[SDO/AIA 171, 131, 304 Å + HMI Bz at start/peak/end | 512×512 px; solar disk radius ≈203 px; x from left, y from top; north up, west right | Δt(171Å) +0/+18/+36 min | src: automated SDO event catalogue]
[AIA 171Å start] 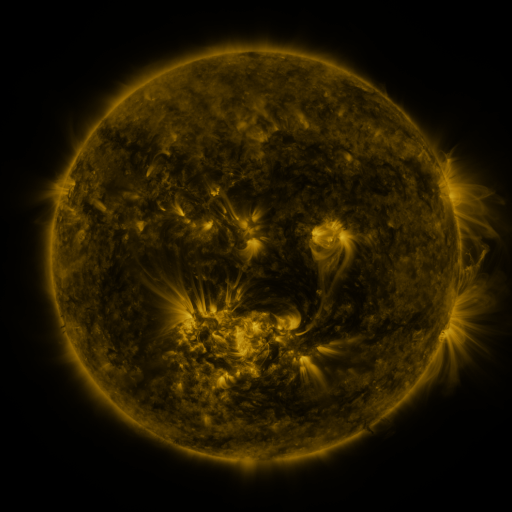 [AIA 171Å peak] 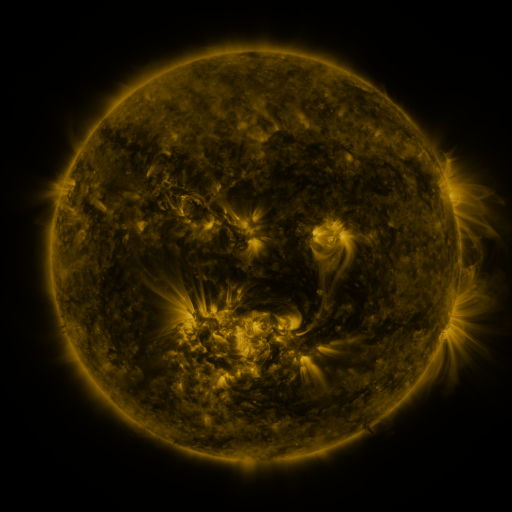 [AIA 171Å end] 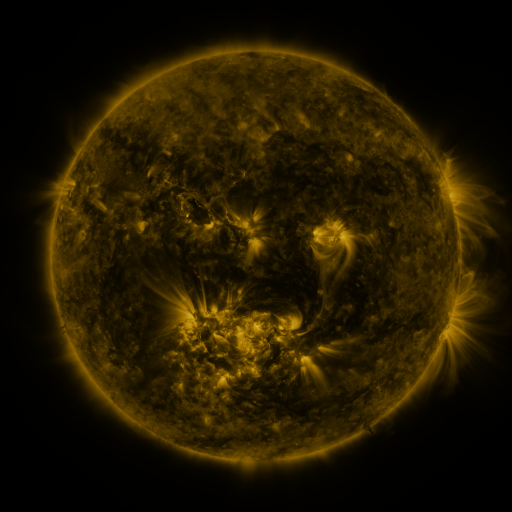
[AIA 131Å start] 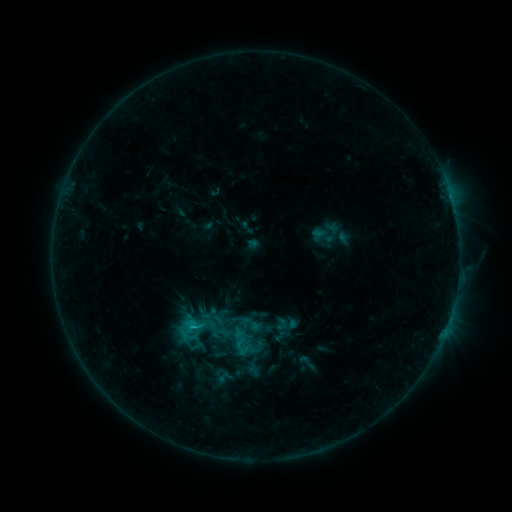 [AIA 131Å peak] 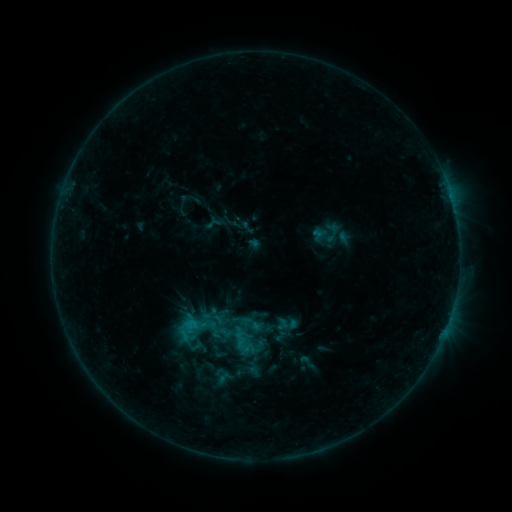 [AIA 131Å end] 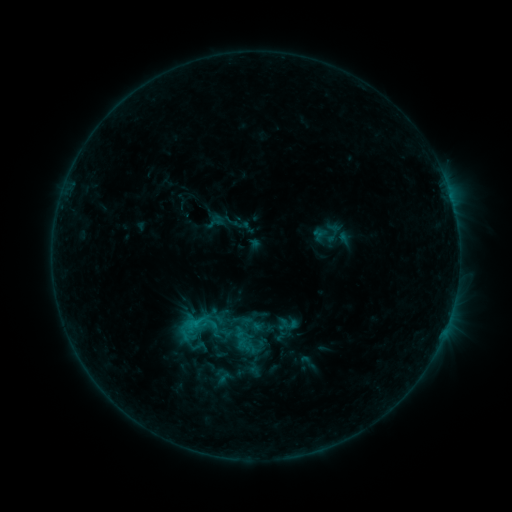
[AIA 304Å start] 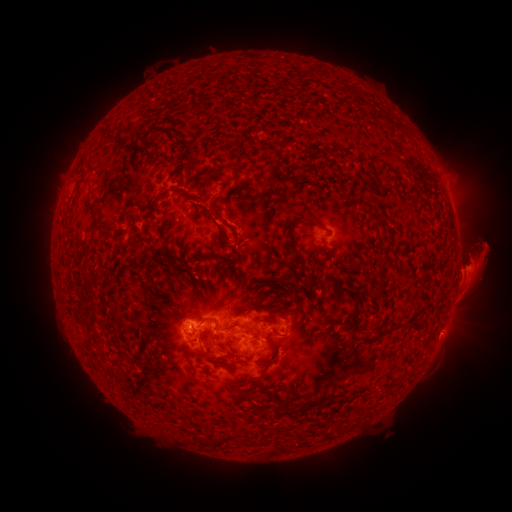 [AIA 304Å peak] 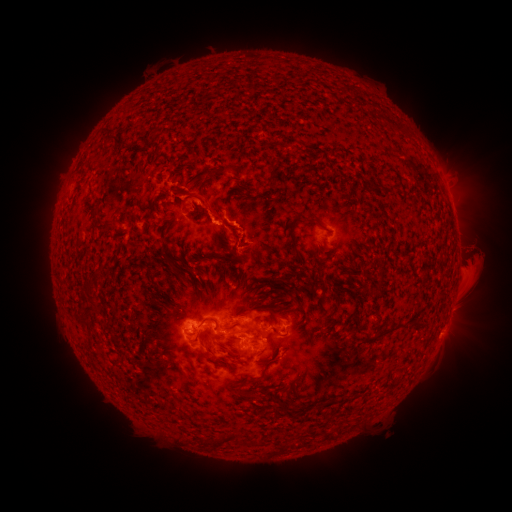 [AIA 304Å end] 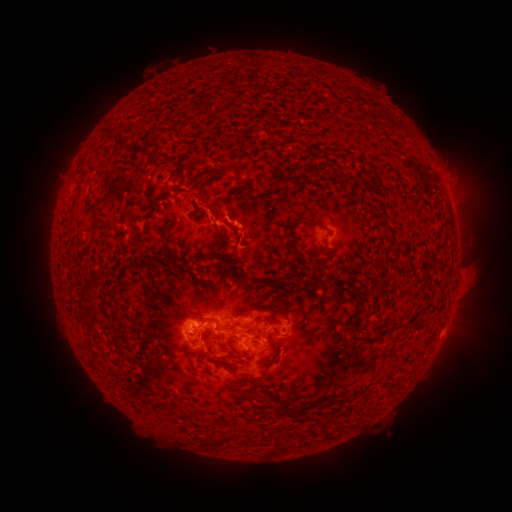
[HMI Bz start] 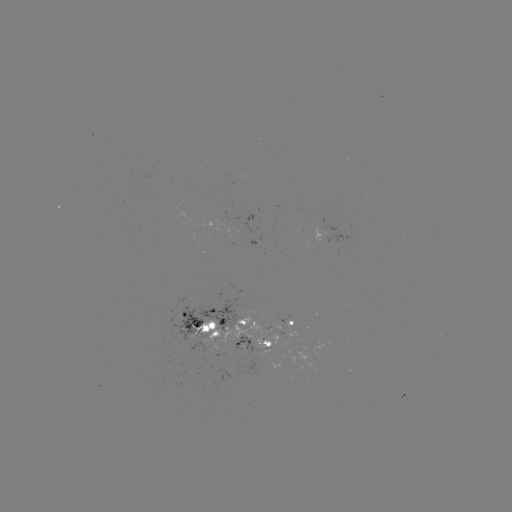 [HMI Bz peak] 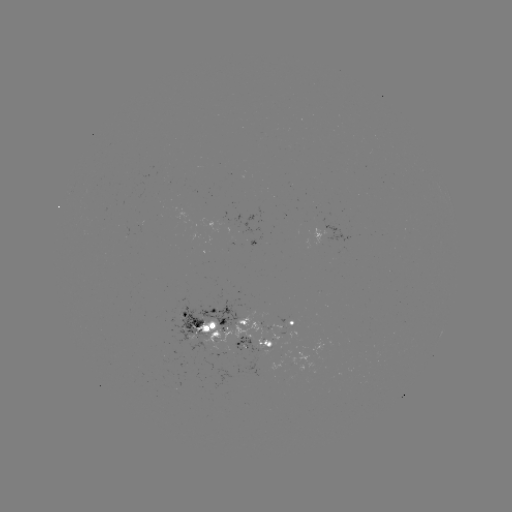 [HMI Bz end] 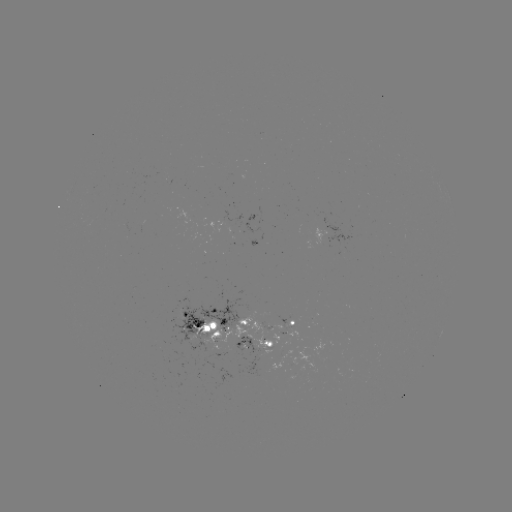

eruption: <bbox>450, 226, 511, 293</bbox>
